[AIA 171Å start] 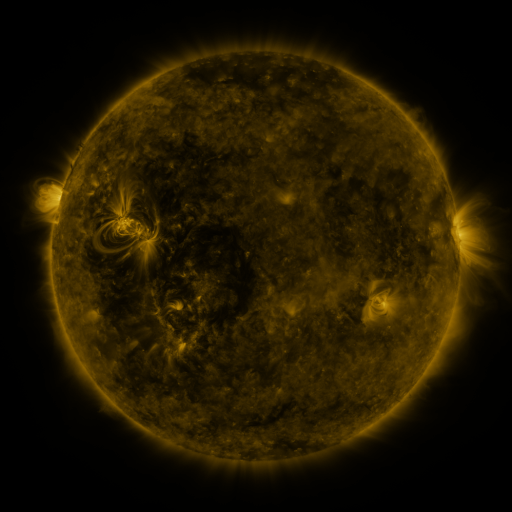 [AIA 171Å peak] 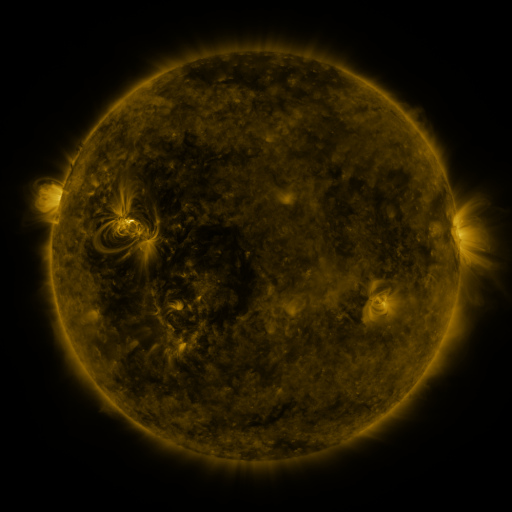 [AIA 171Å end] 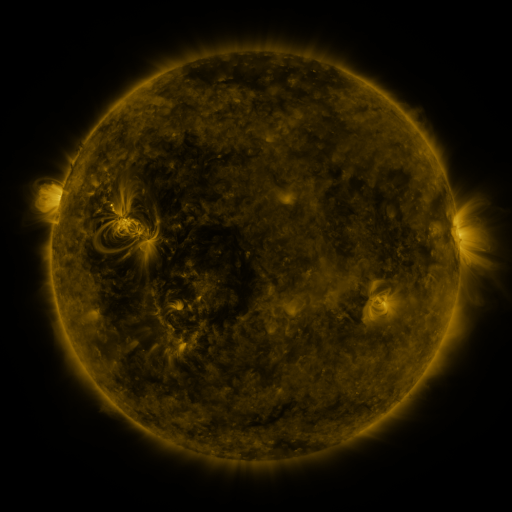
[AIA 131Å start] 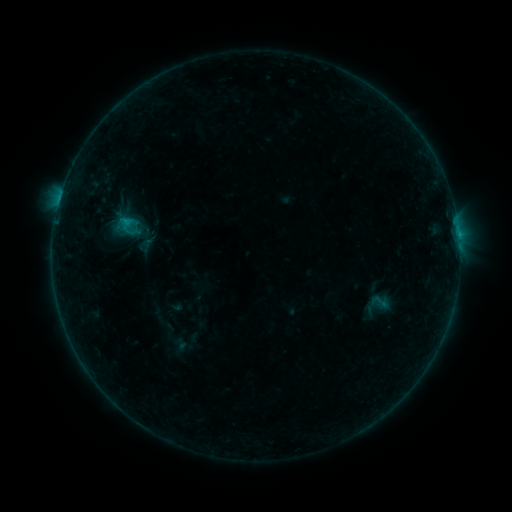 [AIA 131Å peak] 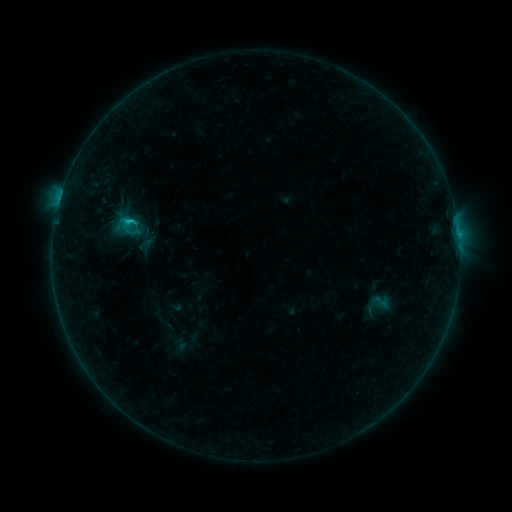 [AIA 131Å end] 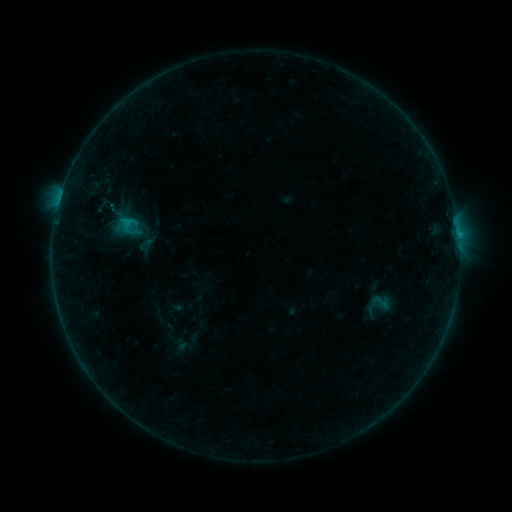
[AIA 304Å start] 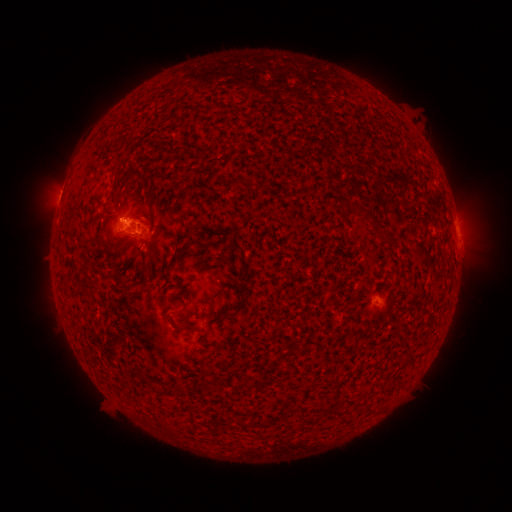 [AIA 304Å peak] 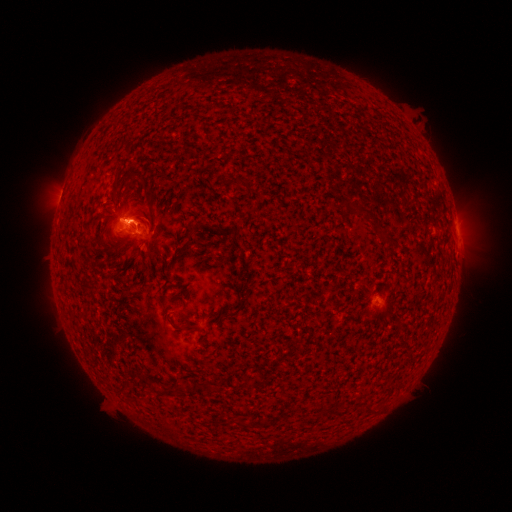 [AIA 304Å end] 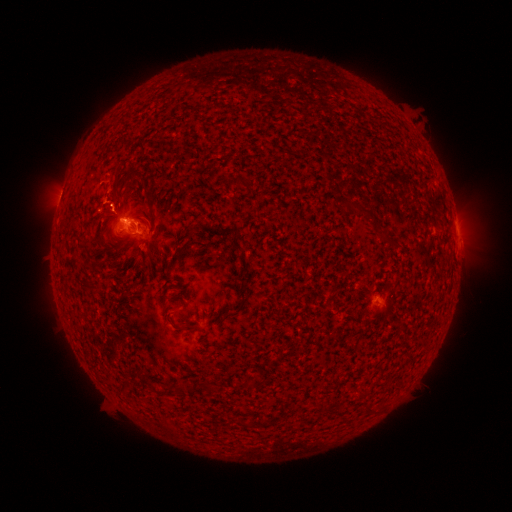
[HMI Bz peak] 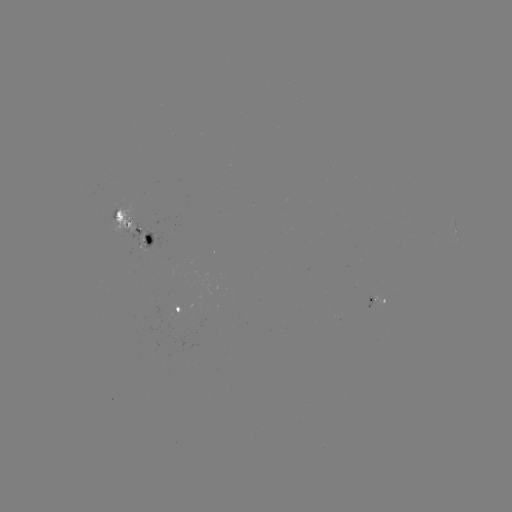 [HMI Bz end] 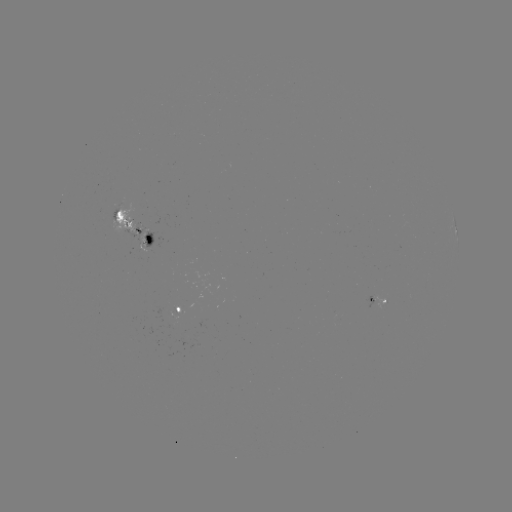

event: flare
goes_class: B7.9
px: (132, 222)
